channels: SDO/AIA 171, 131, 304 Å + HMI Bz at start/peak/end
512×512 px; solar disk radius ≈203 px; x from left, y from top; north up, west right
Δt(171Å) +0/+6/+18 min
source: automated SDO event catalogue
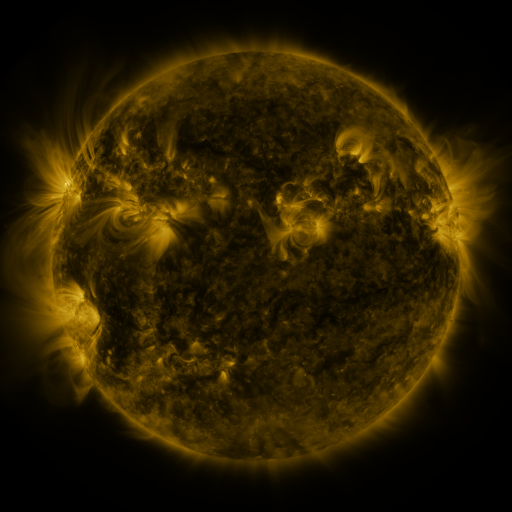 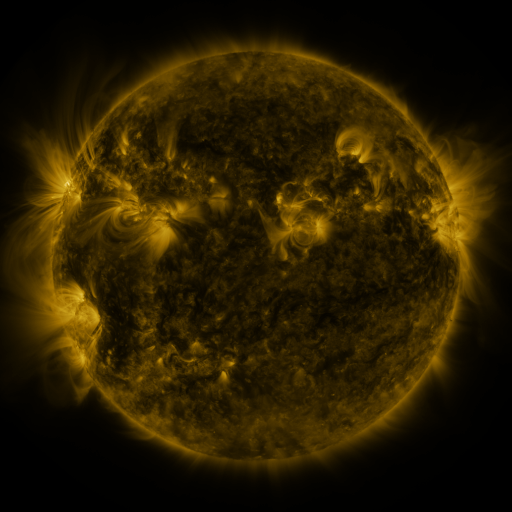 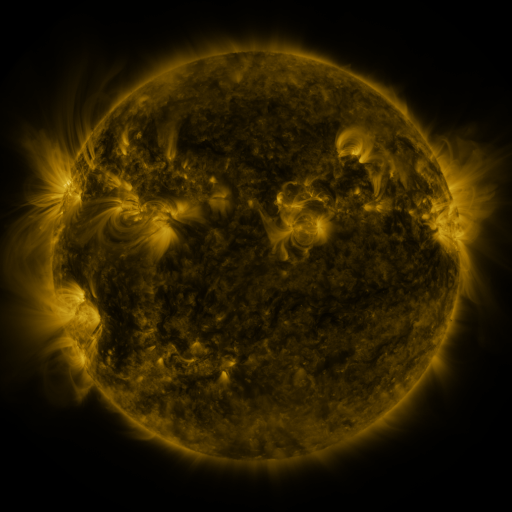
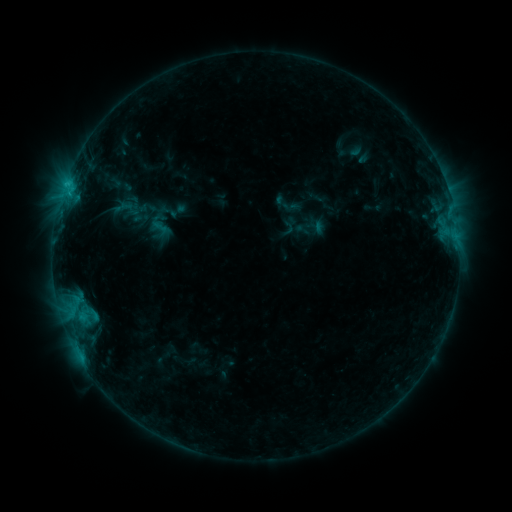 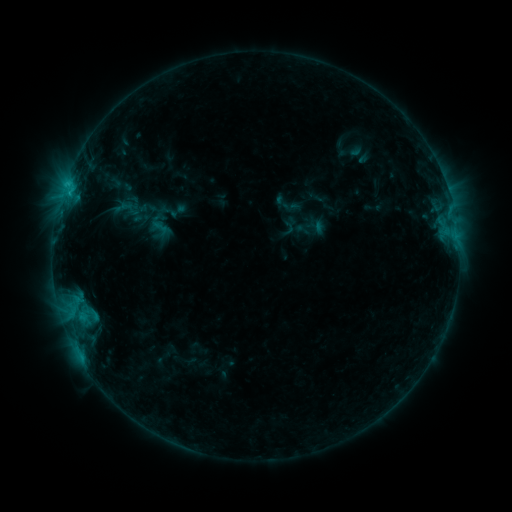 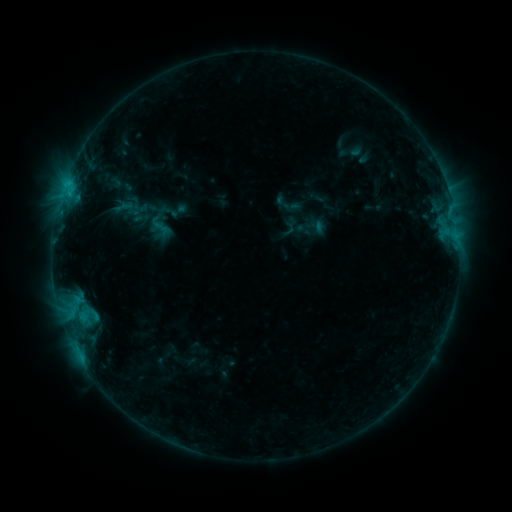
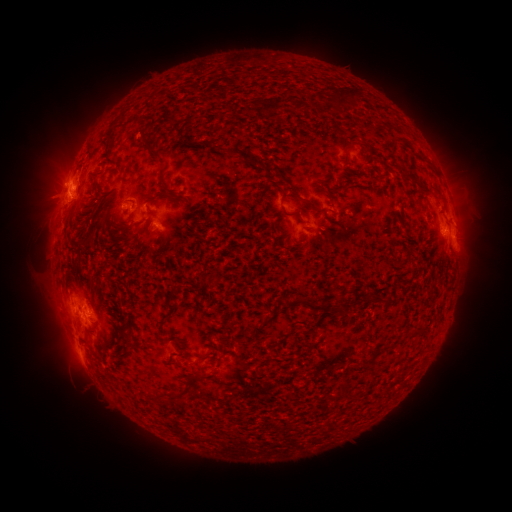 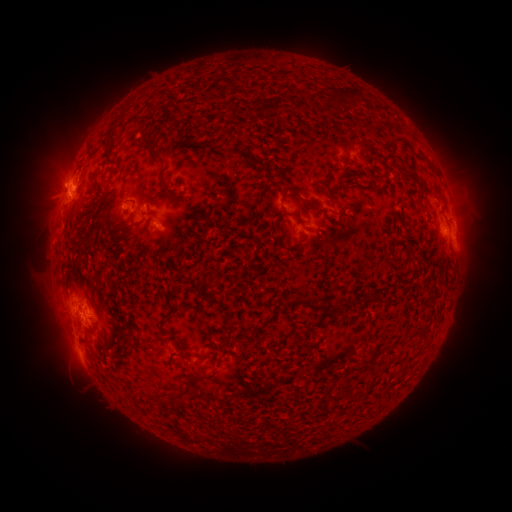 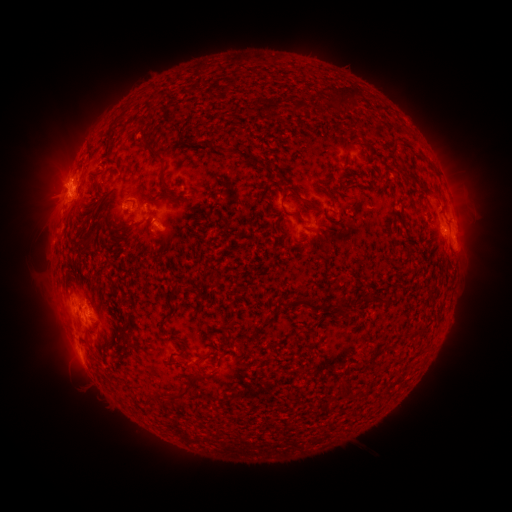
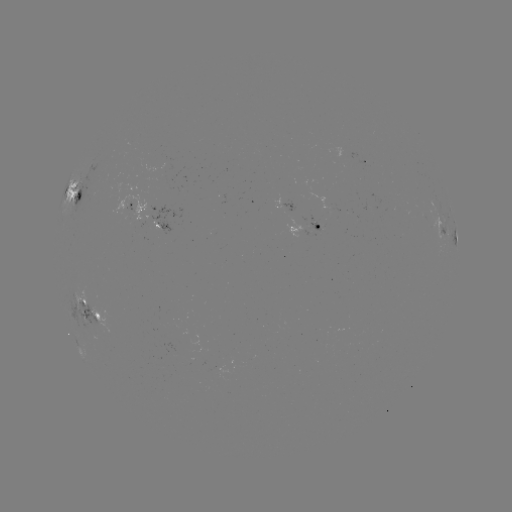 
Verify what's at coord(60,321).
eruption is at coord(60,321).